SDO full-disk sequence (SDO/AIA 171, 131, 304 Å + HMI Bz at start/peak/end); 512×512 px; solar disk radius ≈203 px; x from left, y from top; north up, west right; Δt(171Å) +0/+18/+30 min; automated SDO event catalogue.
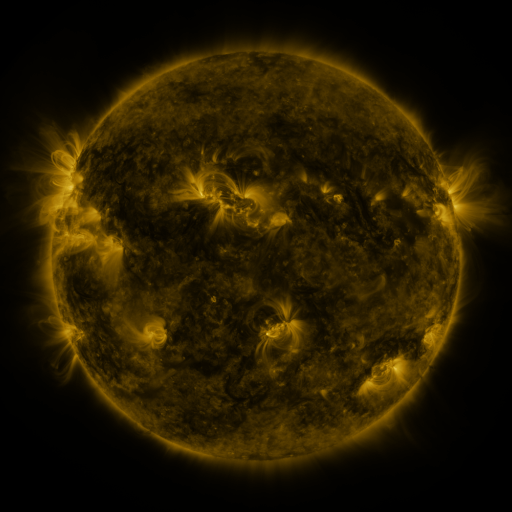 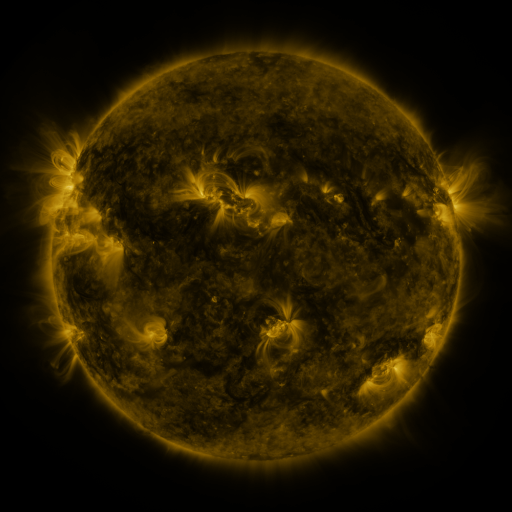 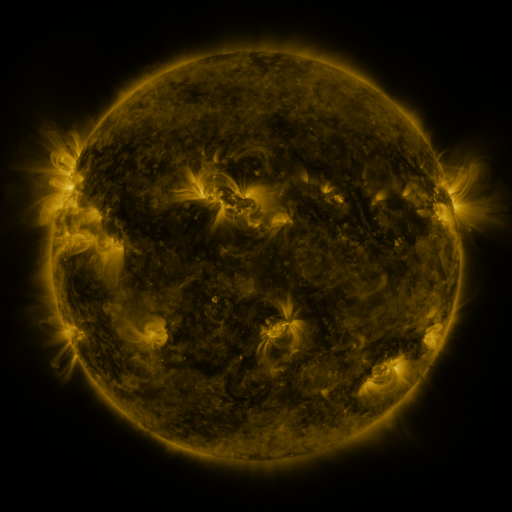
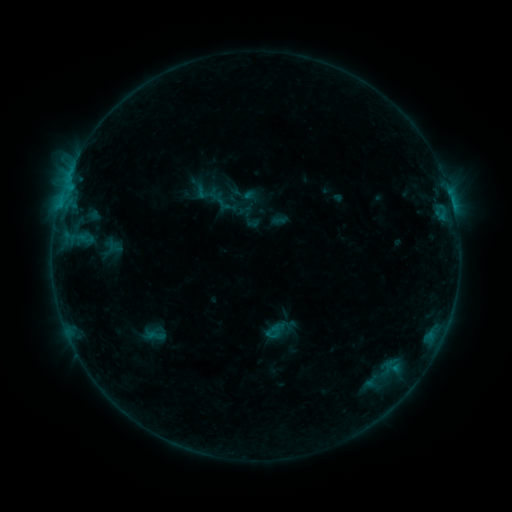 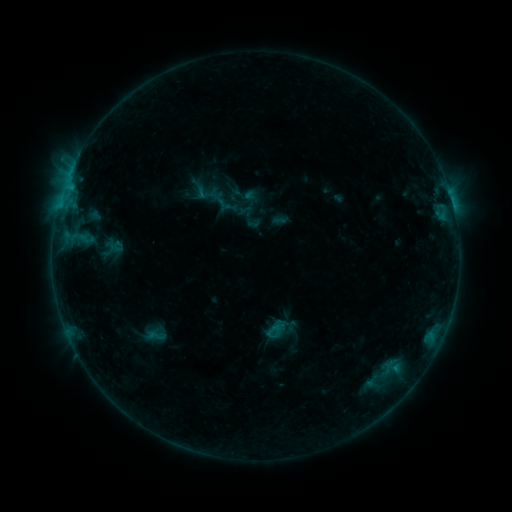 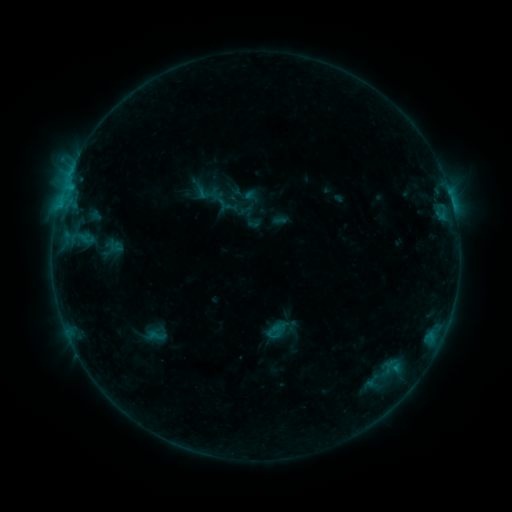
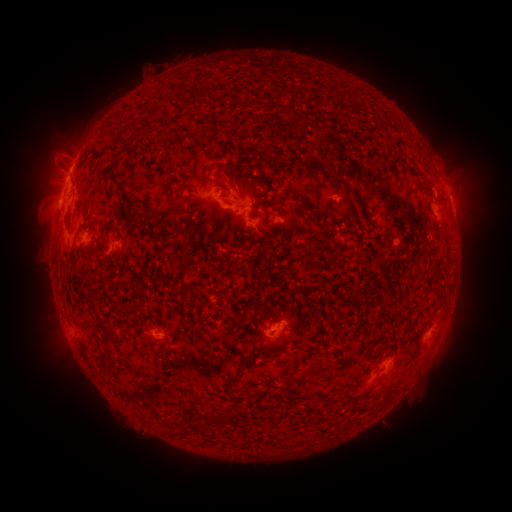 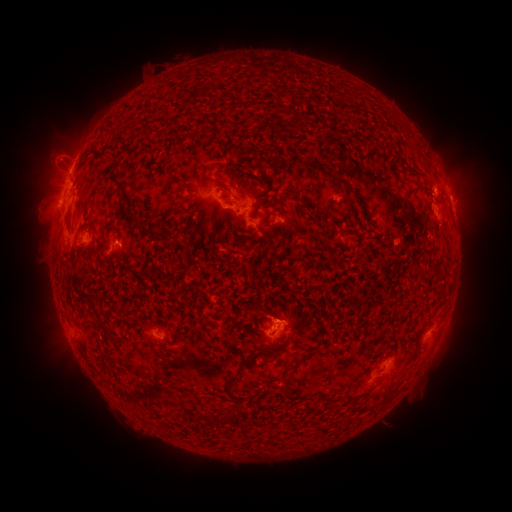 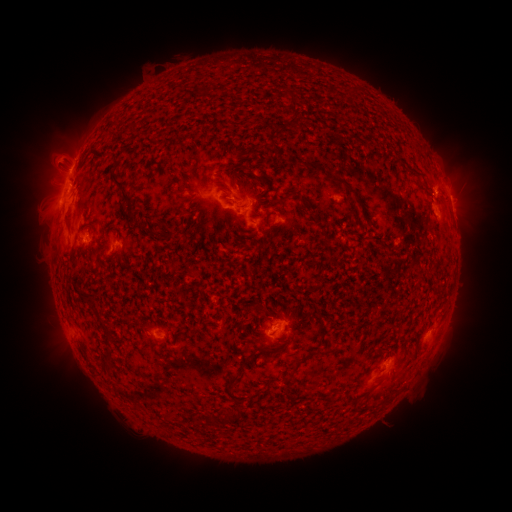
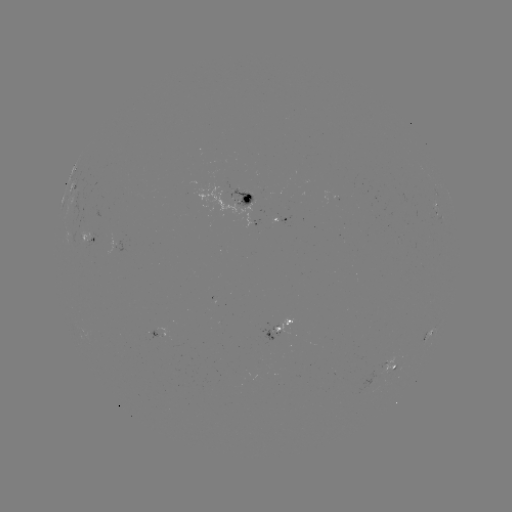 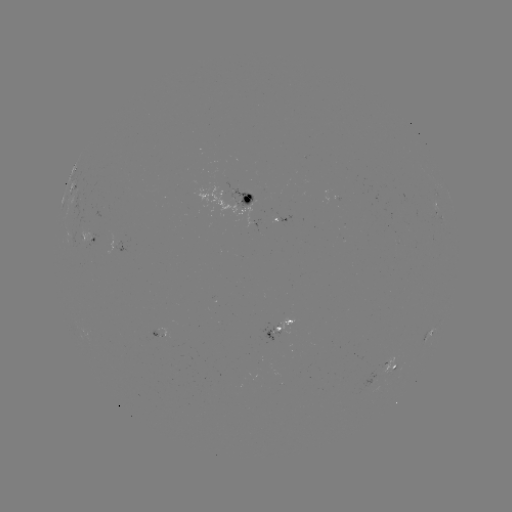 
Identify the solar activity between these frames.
no classed flare was catalogued and no EUV brightening was flagged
